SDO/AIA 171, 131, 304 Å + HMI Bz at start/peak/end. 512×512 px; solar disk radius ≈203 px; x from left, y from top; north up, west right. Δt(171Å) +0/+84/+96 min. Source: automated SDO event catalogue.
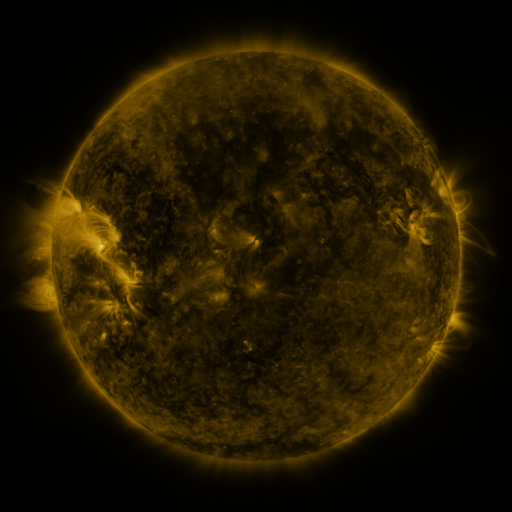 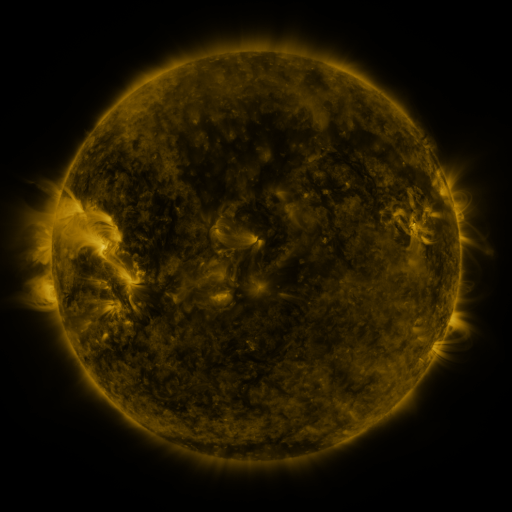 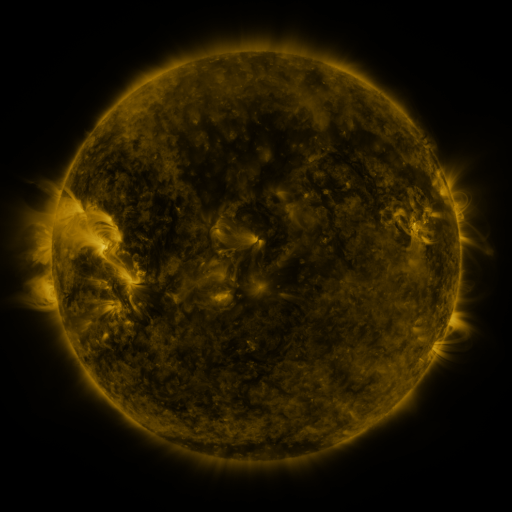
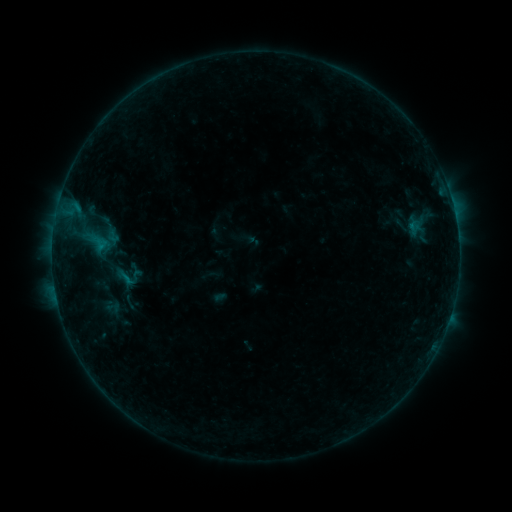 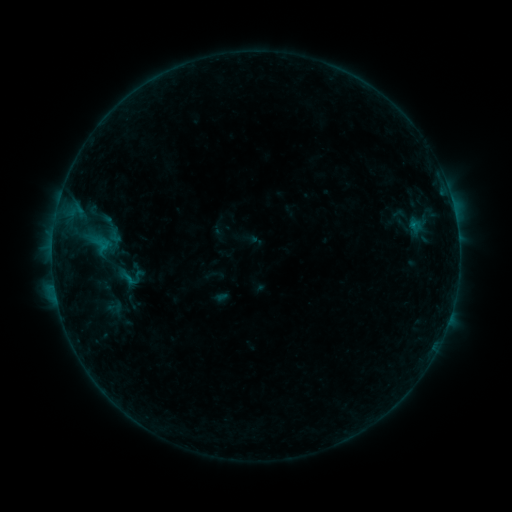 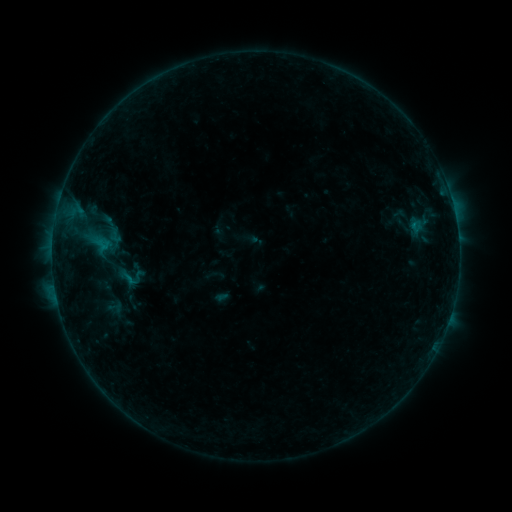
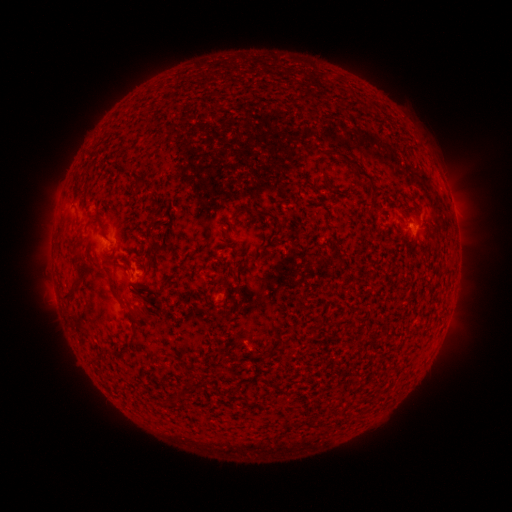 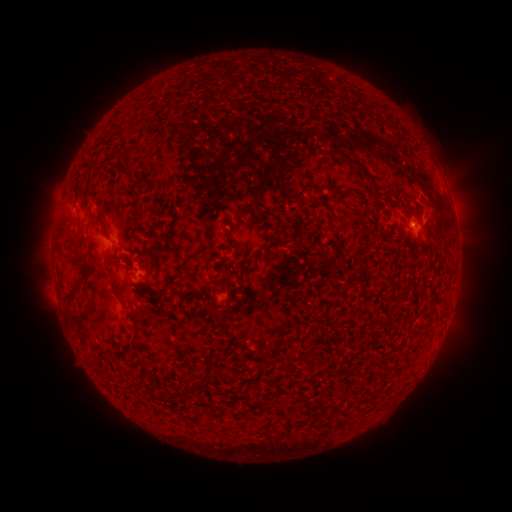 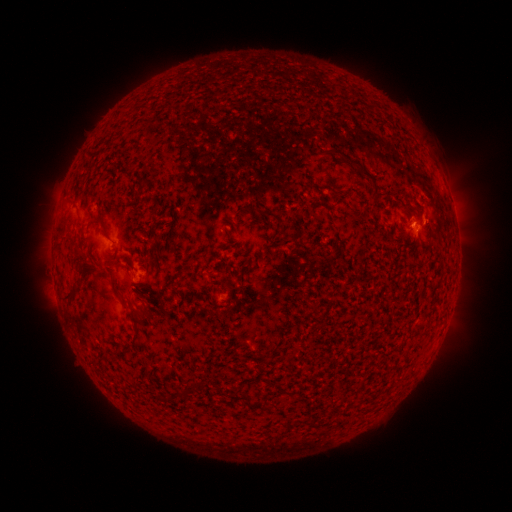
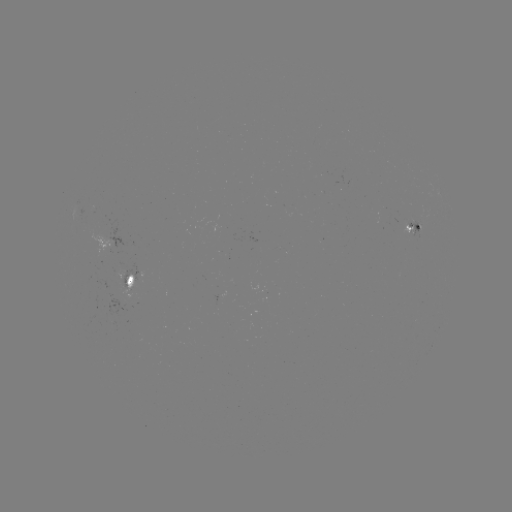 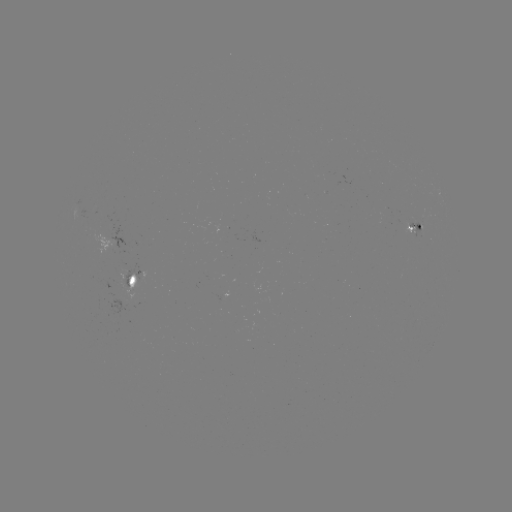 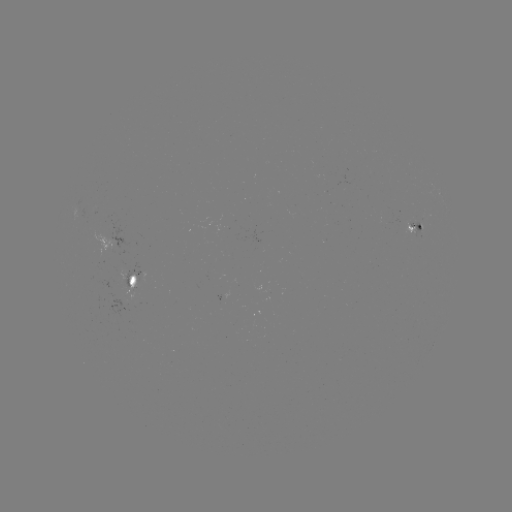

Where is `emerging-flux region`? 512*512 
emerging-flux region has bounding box [406, 220, 422, 237].